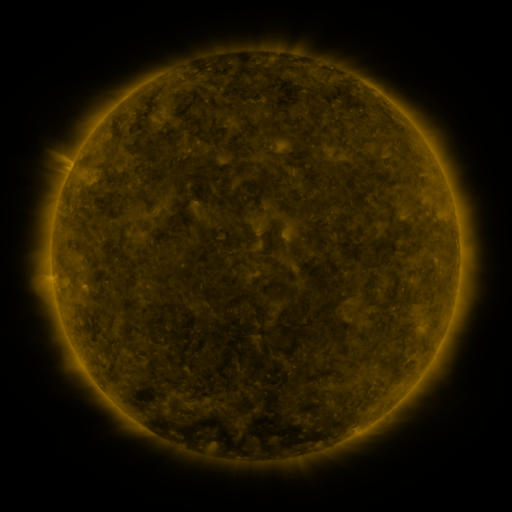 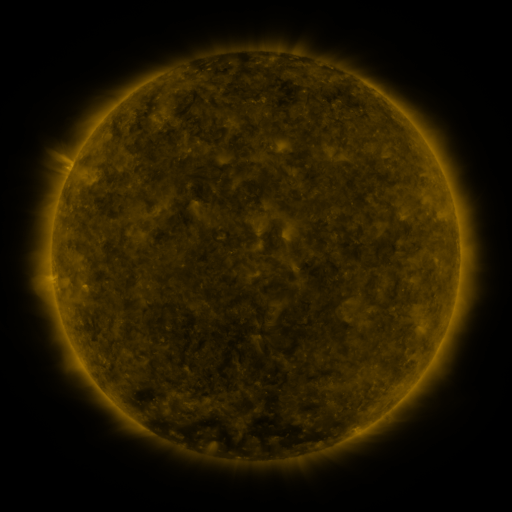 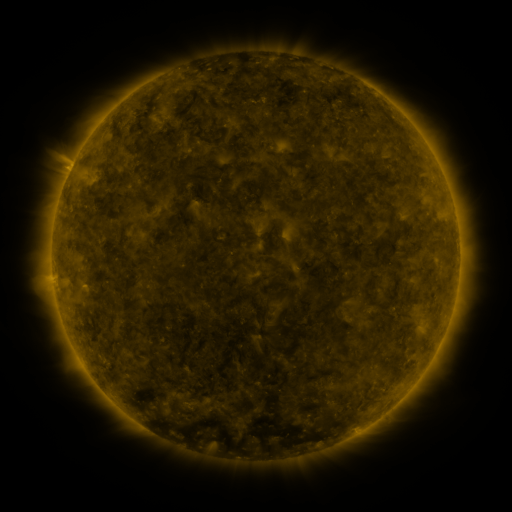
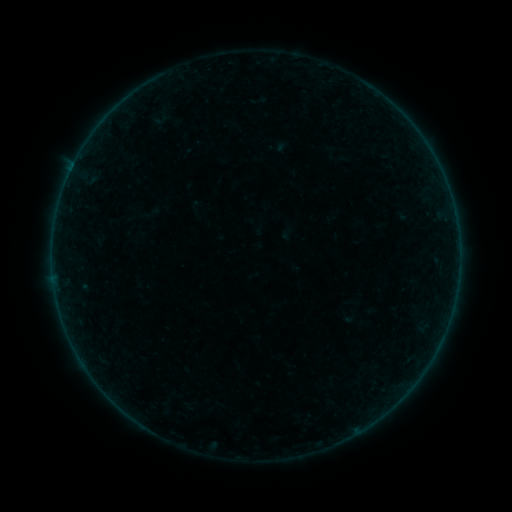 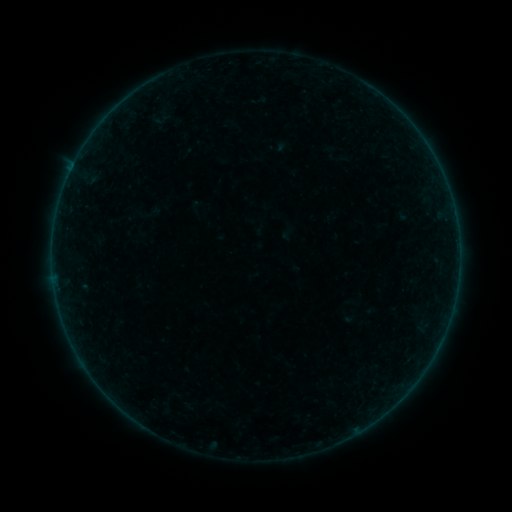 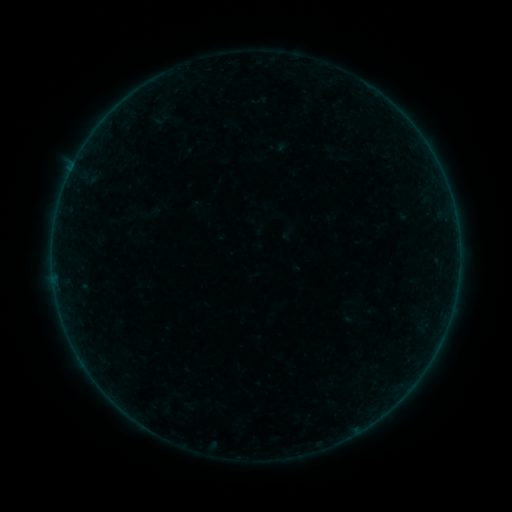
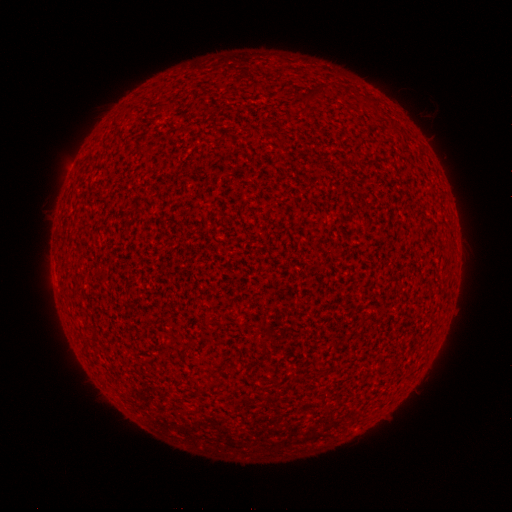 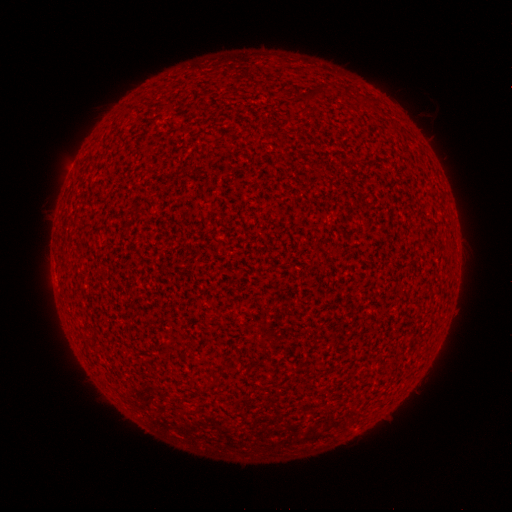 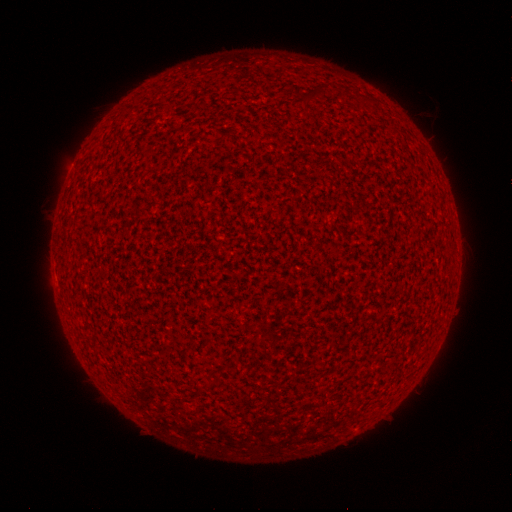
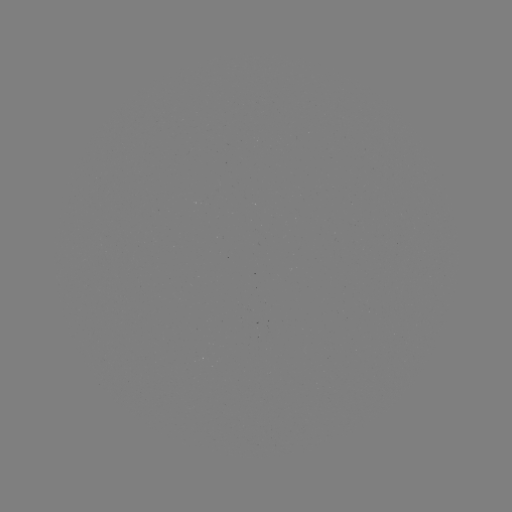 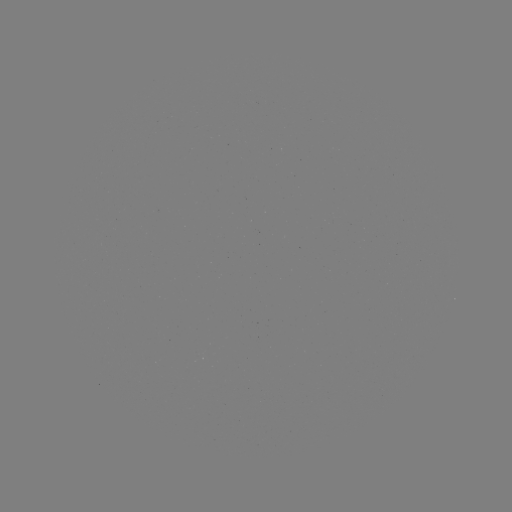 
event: flare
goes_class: A7.8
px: (106, 118)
